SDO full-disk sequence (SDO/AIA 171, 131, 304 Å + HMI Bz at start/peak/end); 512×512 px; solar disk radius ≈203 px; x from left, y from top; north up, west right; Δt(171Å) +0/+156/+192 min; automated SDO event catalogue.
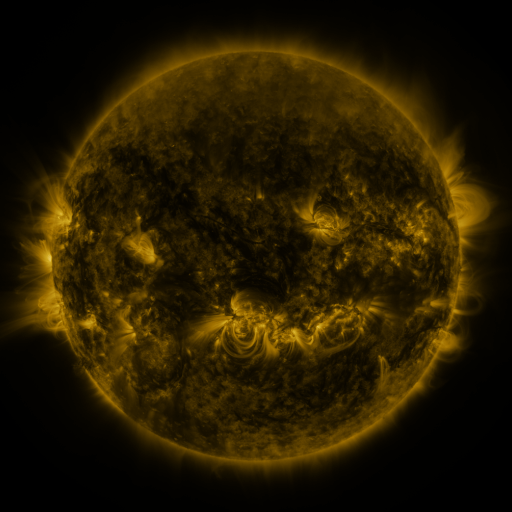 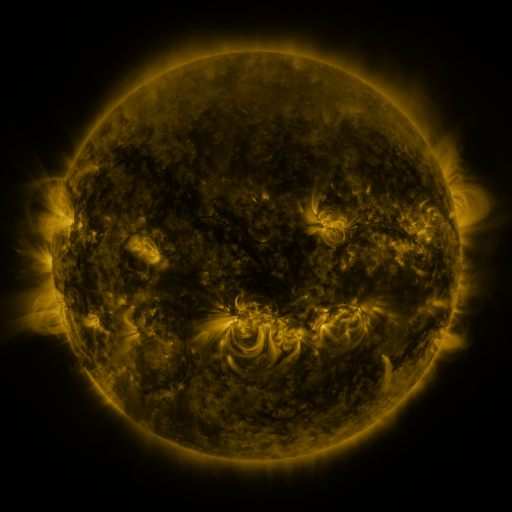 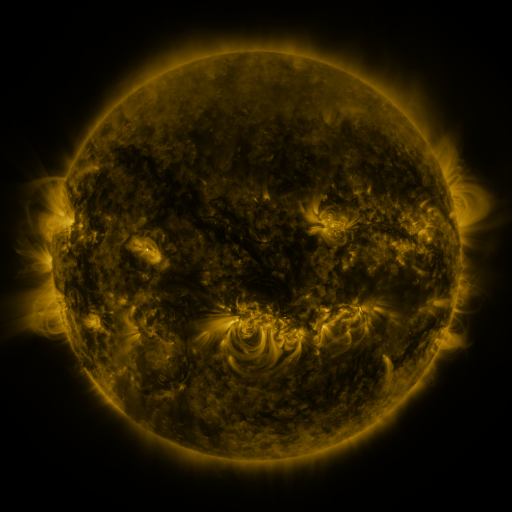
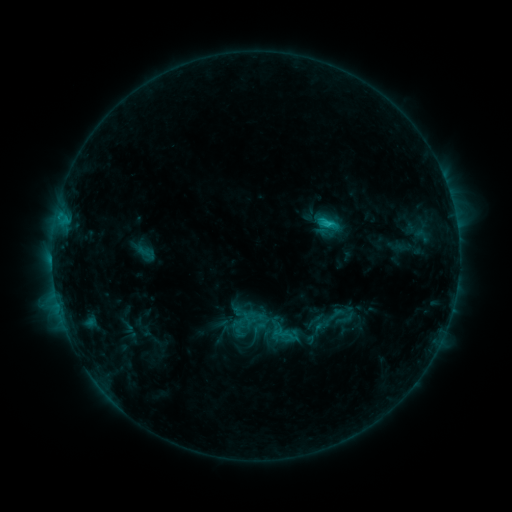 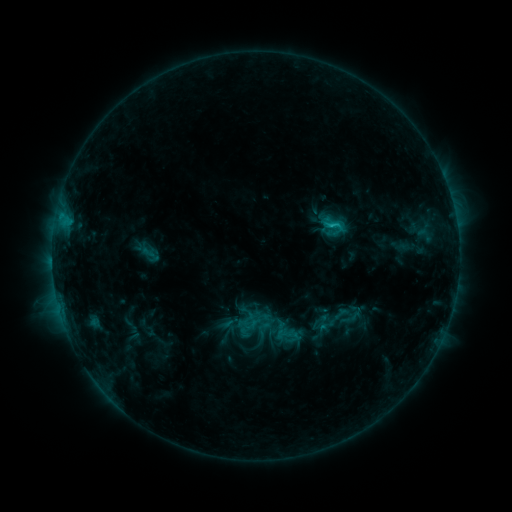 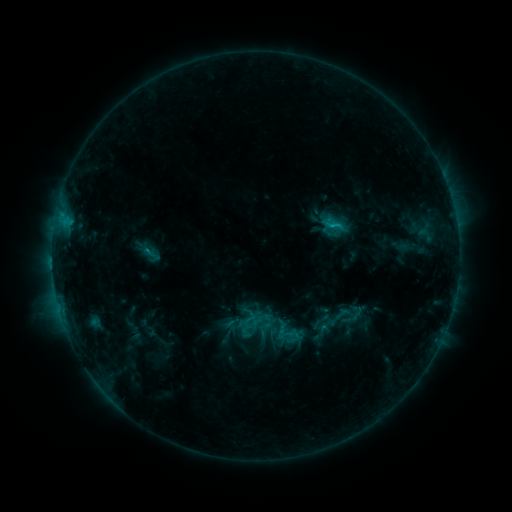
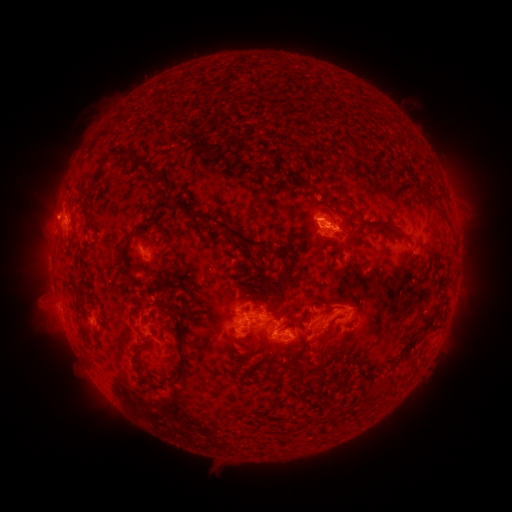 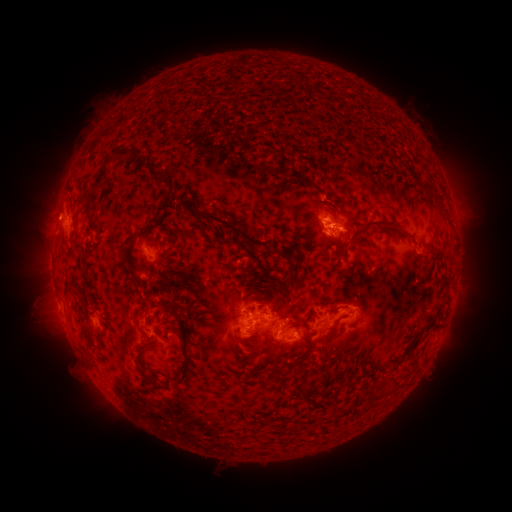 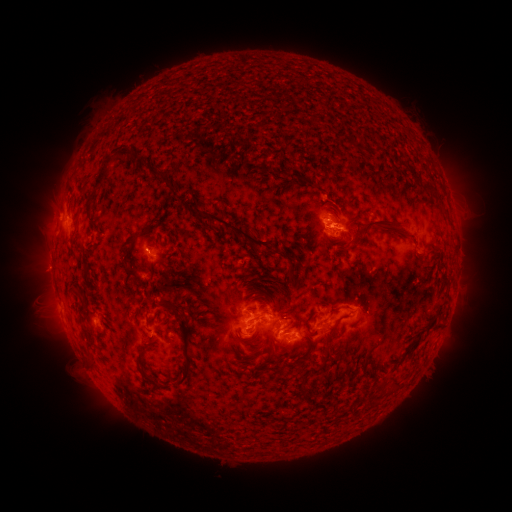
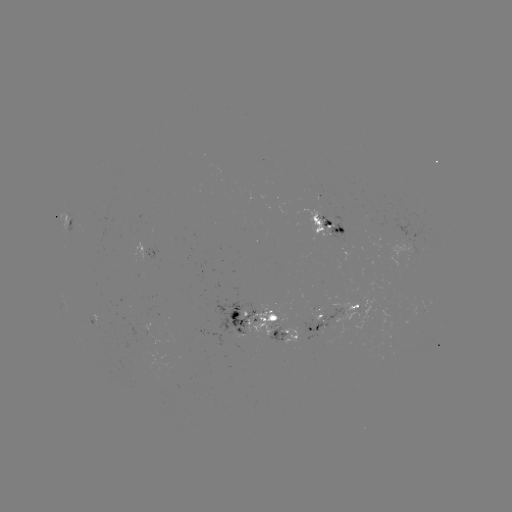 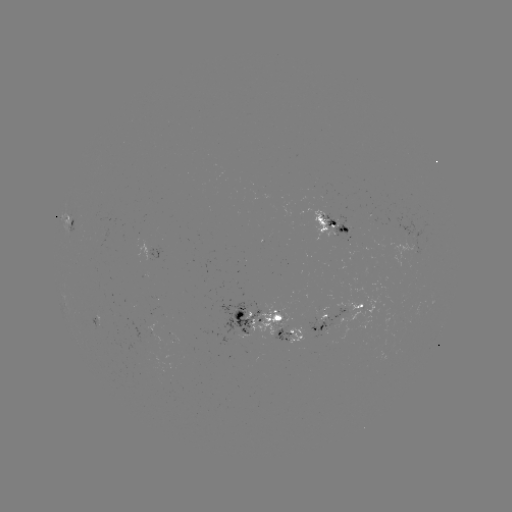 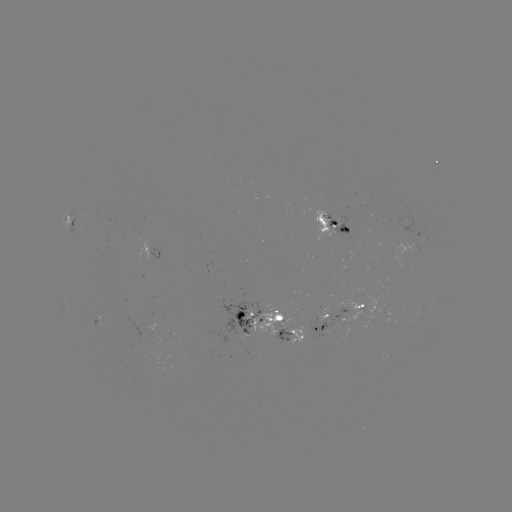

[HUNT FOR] emerging-flux region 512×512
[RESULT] (278, 338)